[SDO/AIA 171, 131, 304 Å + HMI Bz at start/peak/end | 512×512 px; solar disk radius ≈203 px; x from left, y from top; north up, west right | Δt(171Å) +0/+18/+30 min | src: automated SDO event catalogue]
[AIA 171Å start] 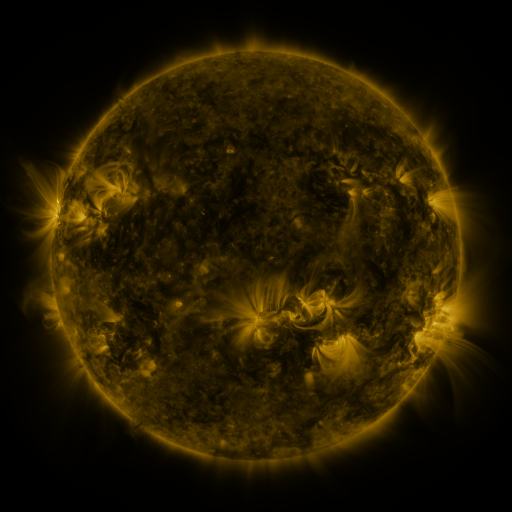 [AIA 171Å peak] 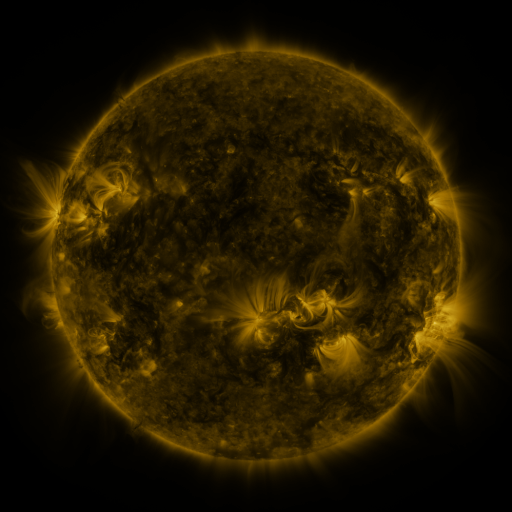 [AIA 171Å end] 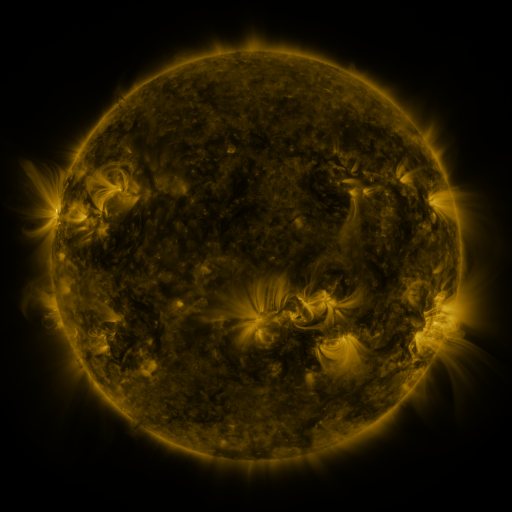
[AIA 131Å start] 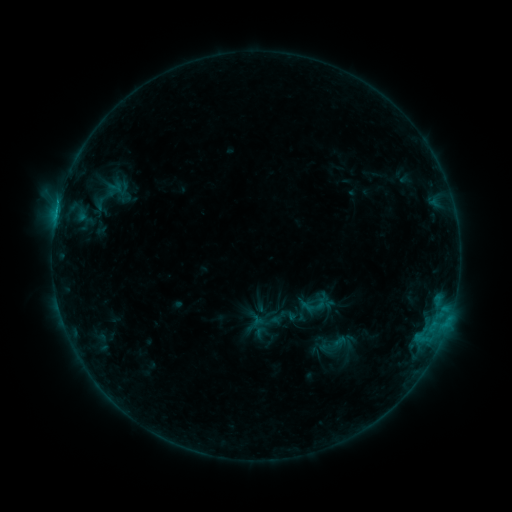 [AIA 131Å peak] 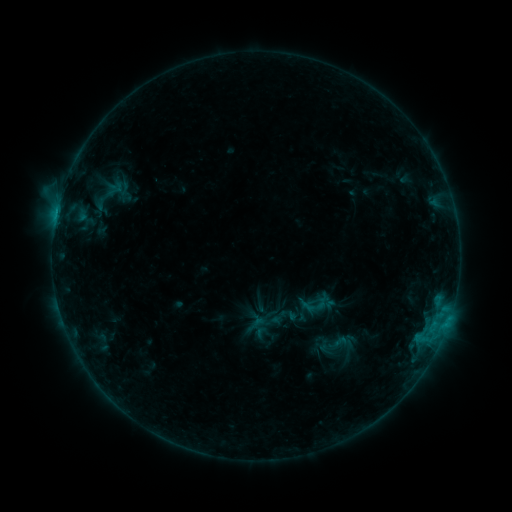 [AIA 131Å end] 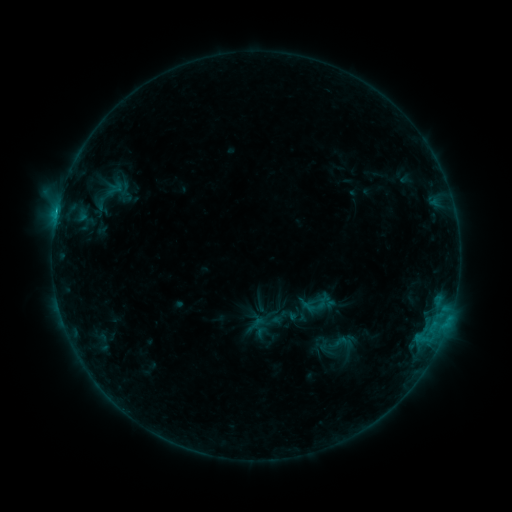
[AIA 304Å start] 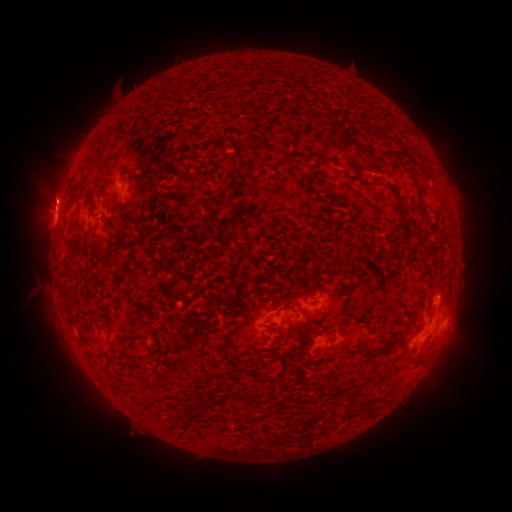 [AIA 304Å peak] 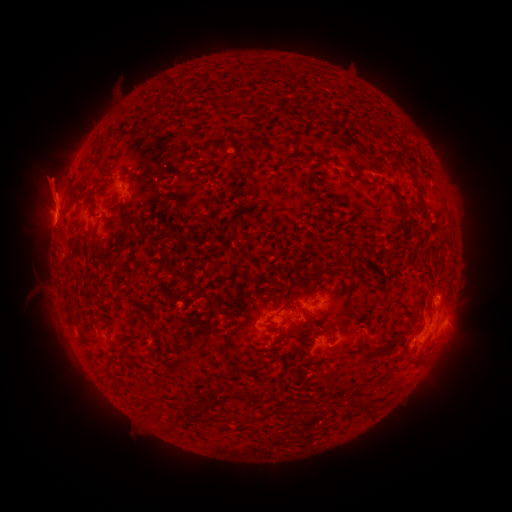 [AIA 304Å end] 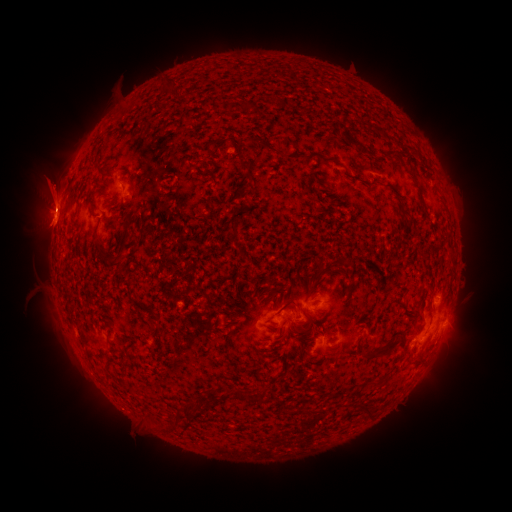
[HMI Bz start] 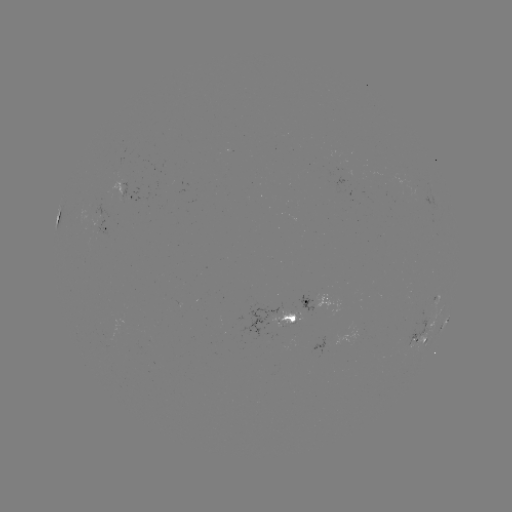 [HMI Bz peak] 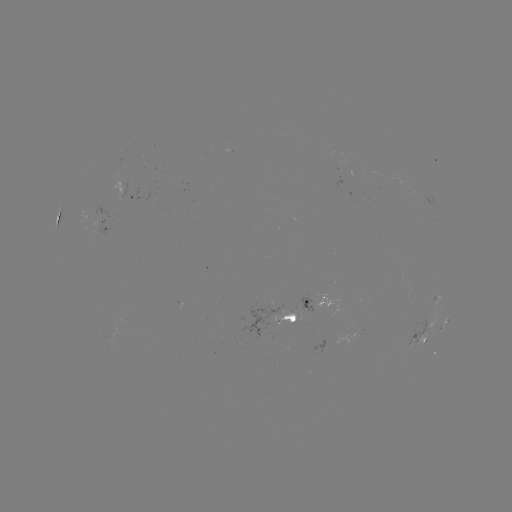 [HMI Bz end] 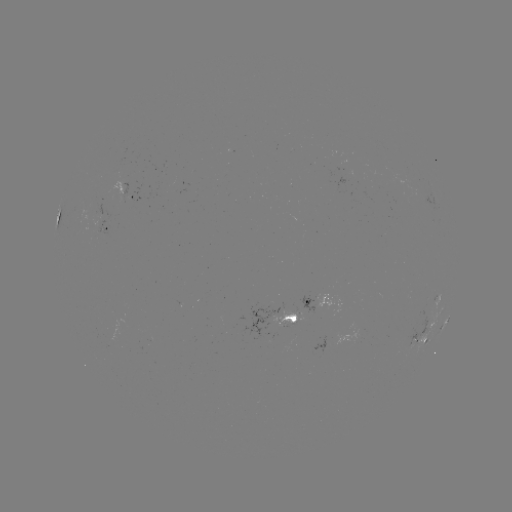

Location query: eruption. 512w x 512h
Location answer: [50, 183].